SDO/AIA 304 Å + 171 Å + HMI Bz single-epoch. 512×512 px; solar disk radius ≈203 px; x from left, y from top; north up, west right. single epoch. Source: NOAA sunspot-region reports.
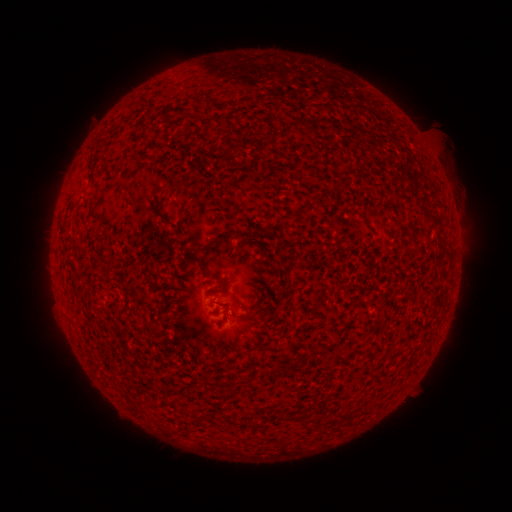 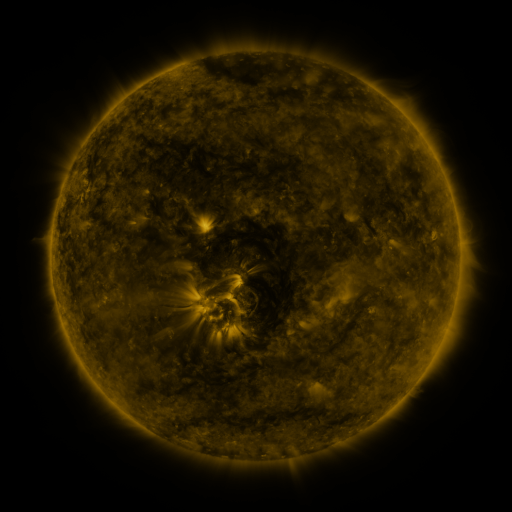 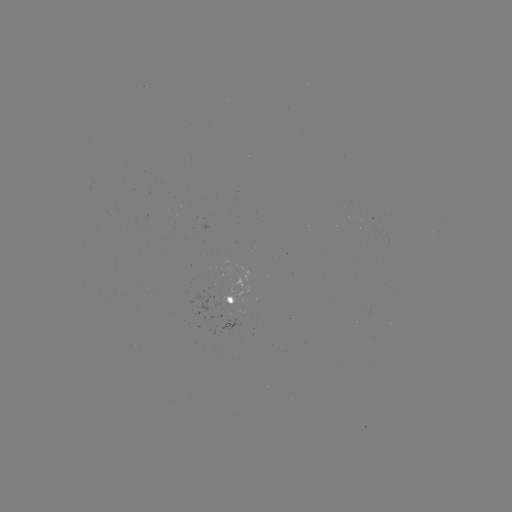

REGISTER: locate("spotted active region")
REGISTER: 241,295